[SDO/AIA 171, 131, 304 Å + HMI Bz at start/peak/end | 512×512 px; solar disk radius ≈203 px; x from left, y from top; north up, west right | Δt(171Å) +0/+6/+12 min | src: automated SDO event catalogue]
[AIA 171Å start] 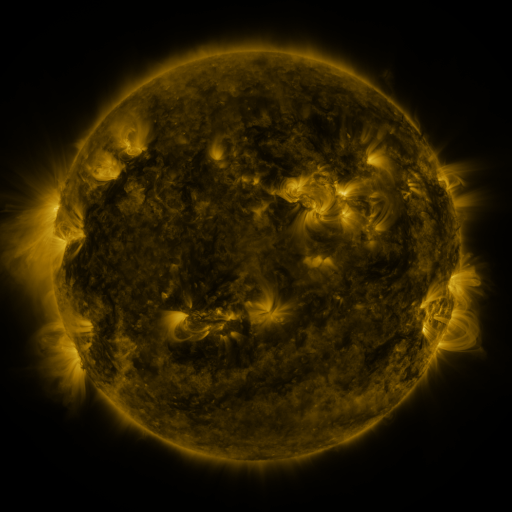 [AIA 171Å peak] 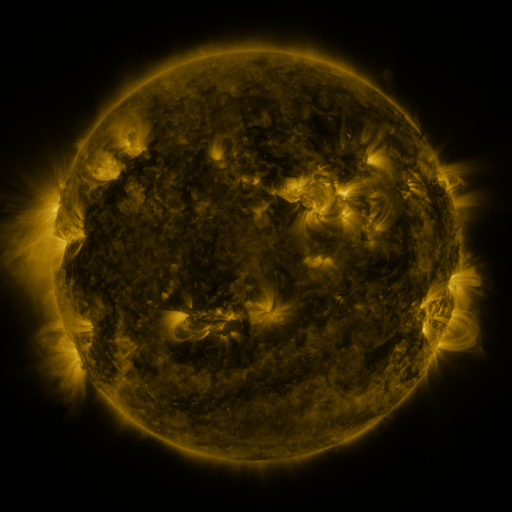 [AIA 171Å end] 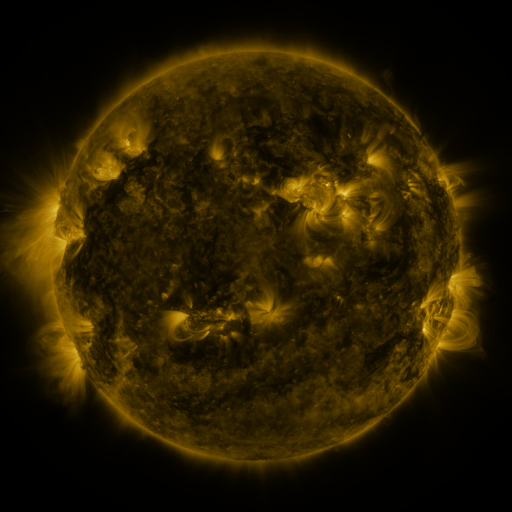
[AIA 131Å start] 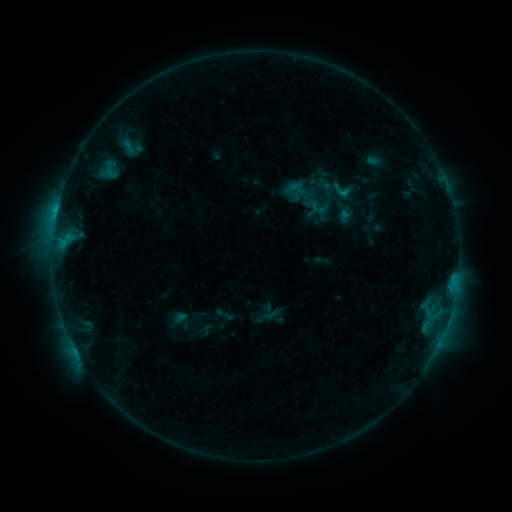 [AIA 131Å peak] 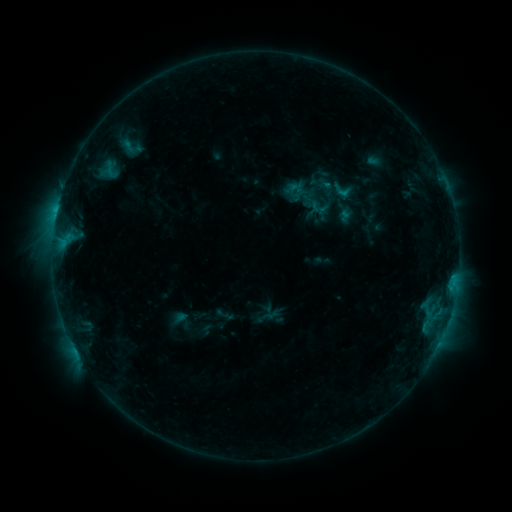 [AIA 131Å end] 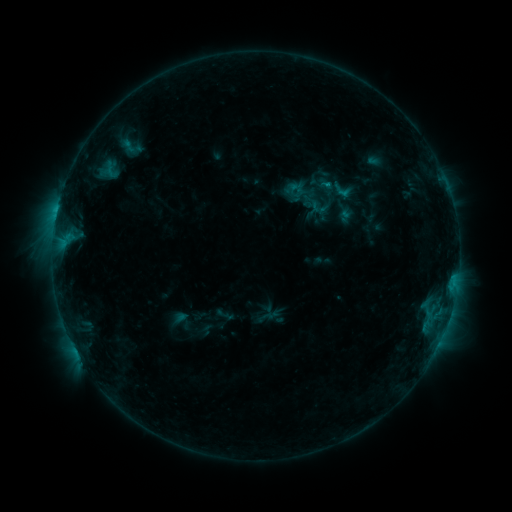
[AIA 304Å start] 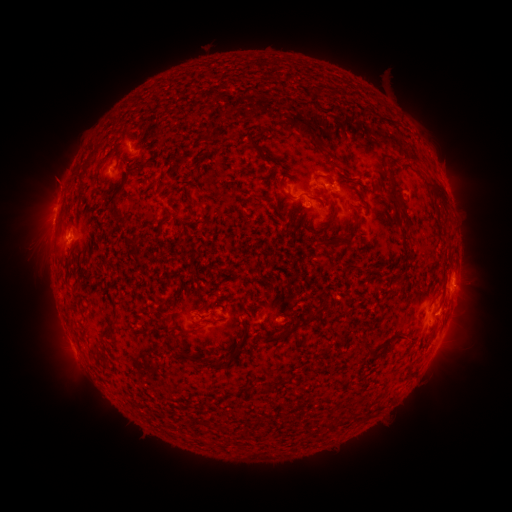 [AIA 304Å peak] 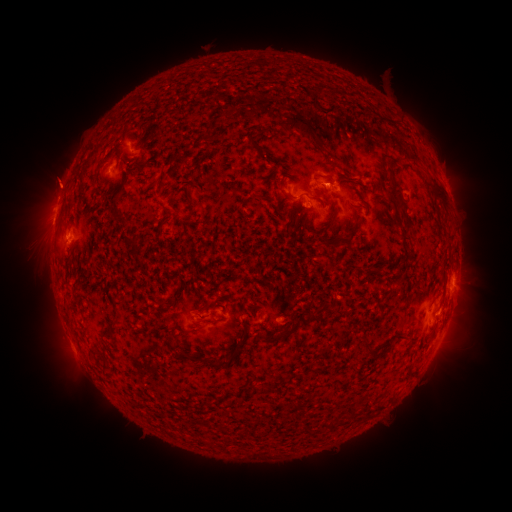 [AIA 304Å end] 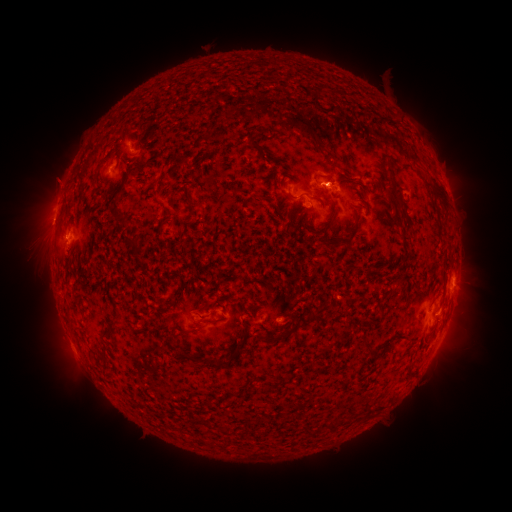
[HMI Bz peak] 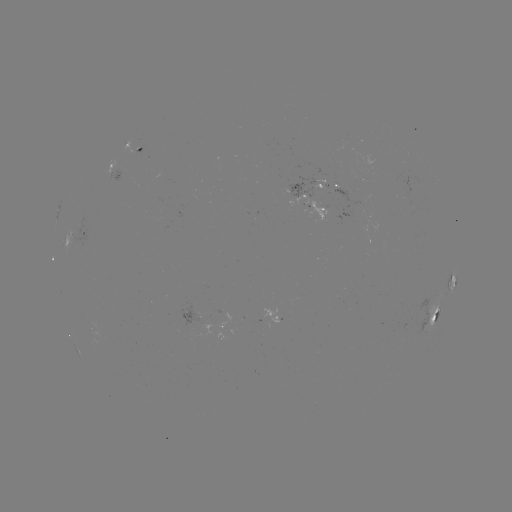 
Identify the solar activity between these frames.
eruption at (57, 179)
